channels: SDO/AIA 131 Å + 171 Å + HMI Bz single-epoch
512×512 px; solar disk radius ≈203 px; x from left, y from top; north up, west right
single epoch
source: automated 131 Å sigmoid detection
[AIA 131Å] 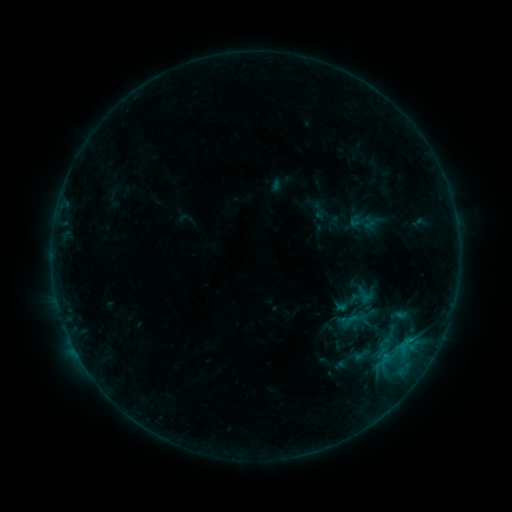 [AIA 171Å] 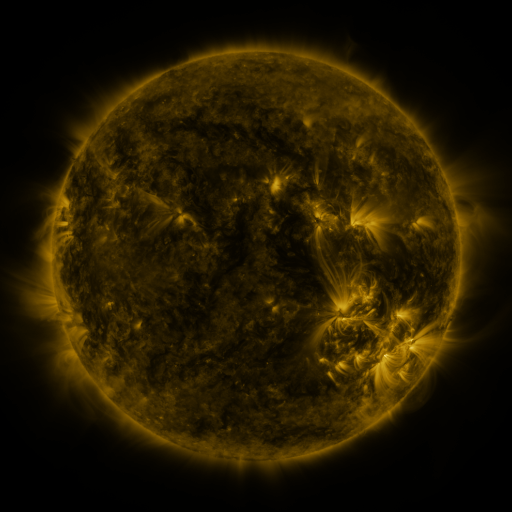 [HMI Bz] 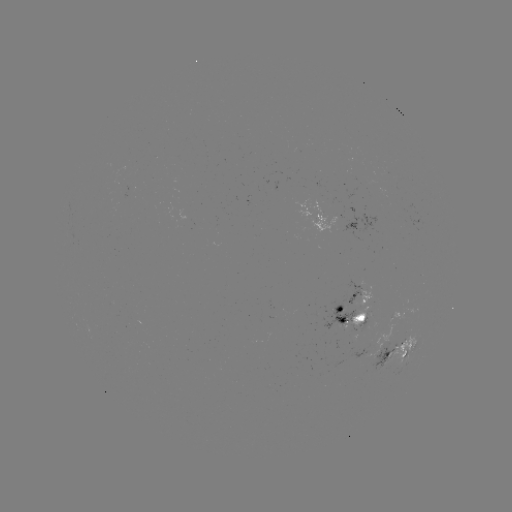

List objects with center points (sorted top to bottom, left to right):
sigmoid: (361, 355)
